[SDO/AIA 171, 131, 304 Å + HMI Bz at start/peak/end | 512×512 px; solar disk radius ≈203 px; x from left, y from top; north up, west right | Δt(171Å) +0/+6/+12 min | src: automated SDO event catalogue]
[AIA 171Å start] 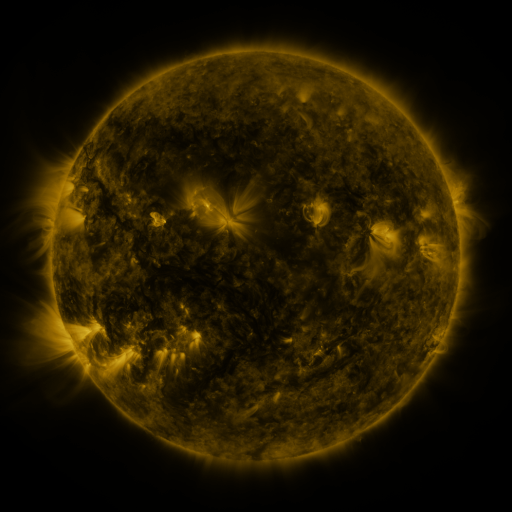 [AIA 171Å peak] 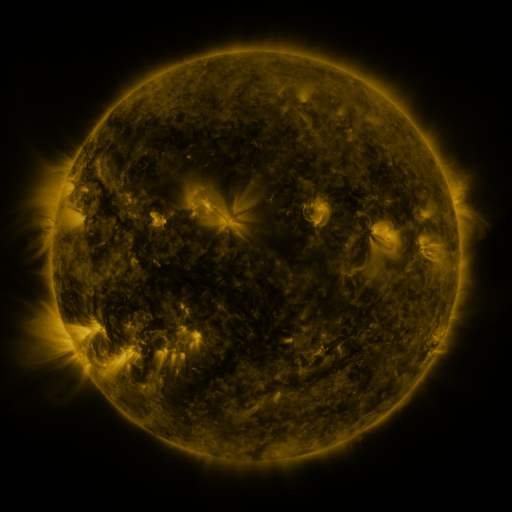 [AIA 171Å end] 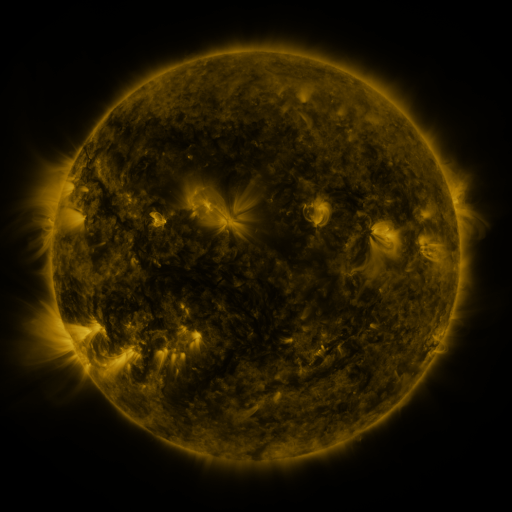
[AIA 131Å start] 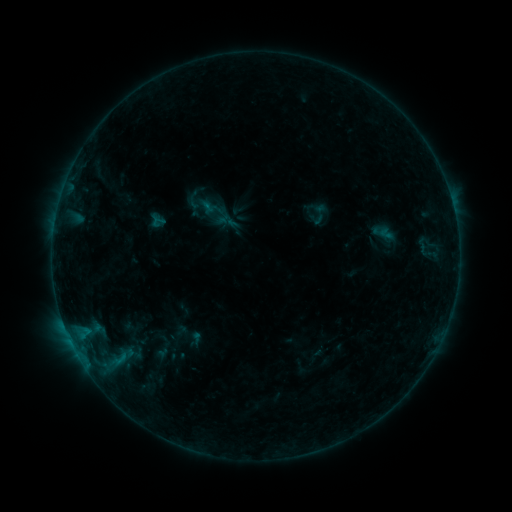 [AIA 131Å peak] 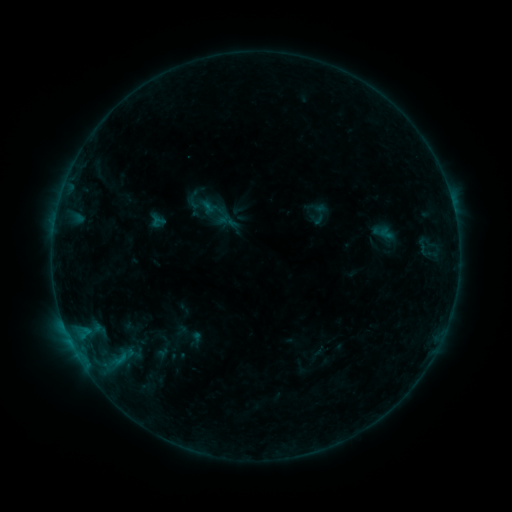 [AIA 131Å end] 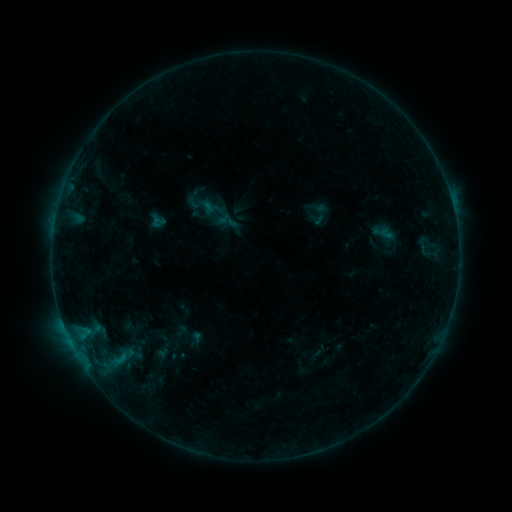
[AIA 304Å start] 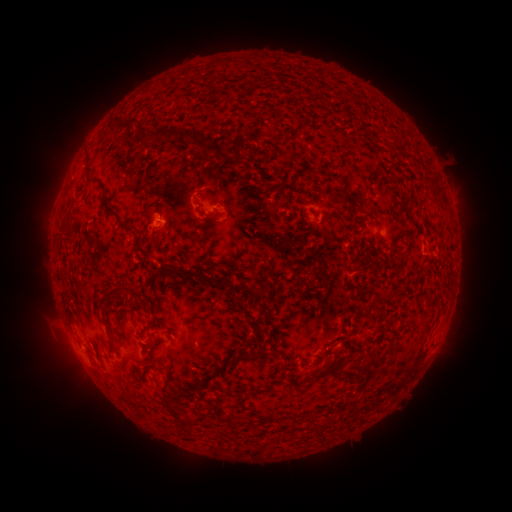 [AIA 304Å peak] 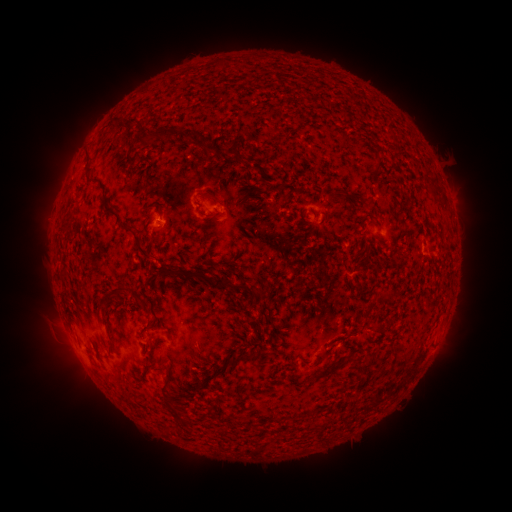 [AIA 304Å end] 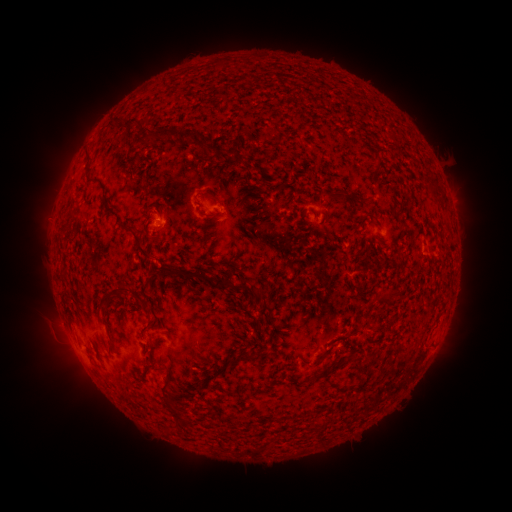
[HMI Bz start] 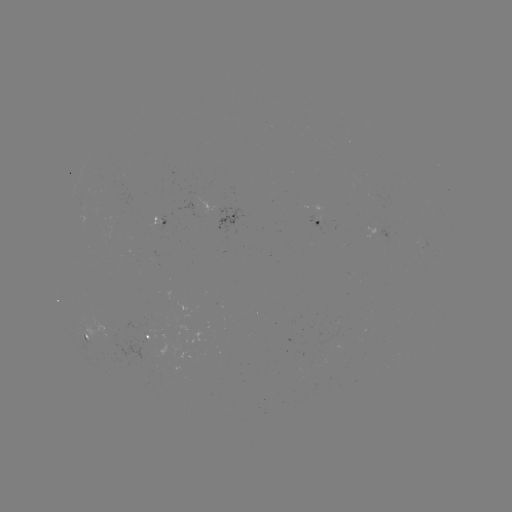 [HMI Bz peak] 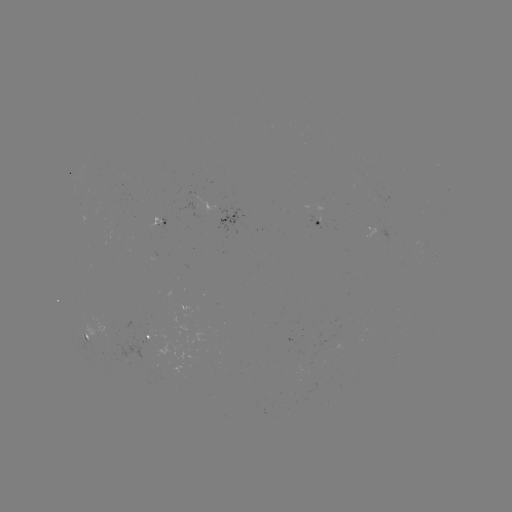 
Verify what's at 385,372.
eruption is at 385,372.